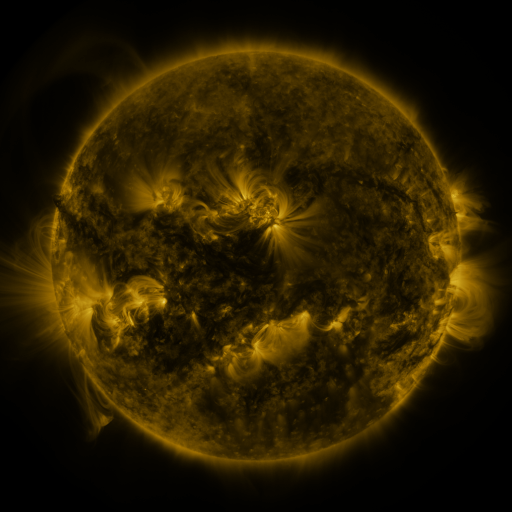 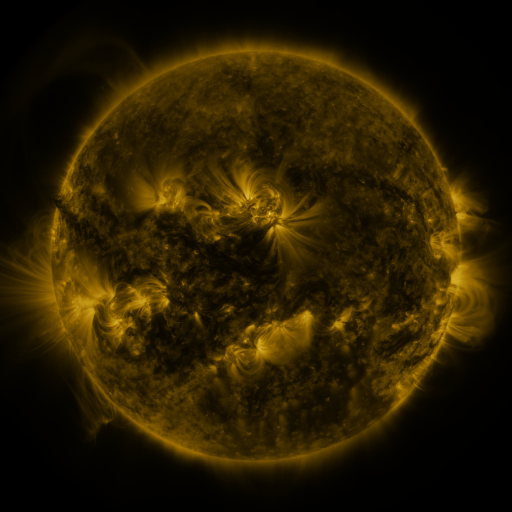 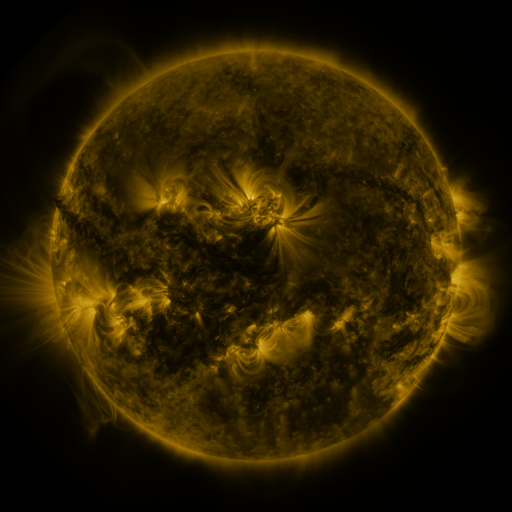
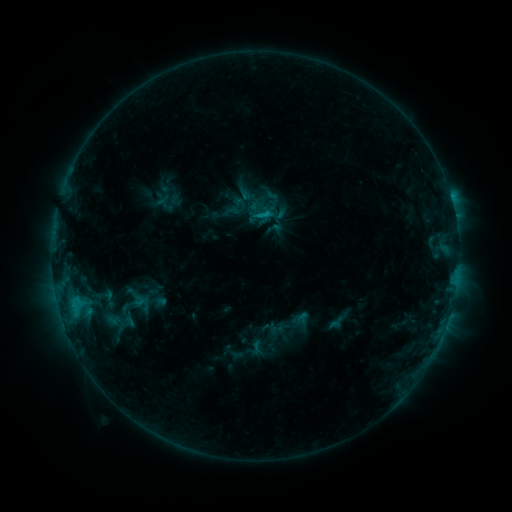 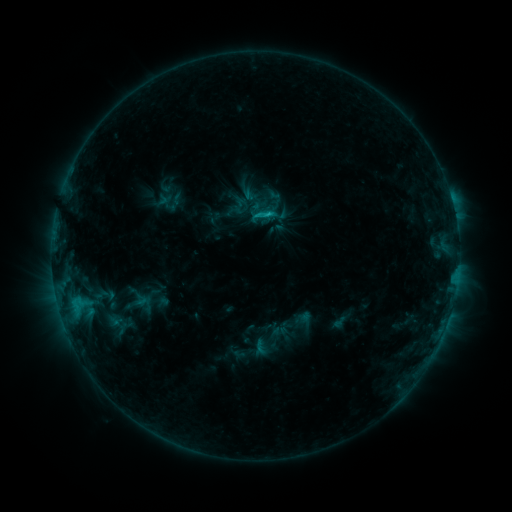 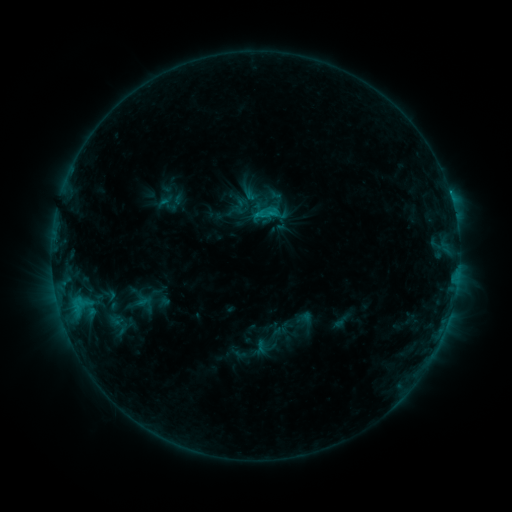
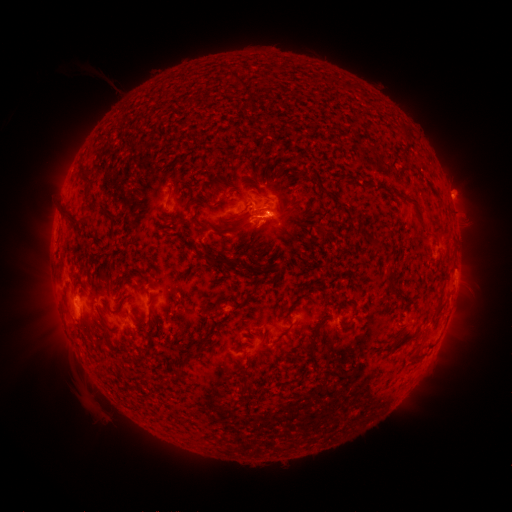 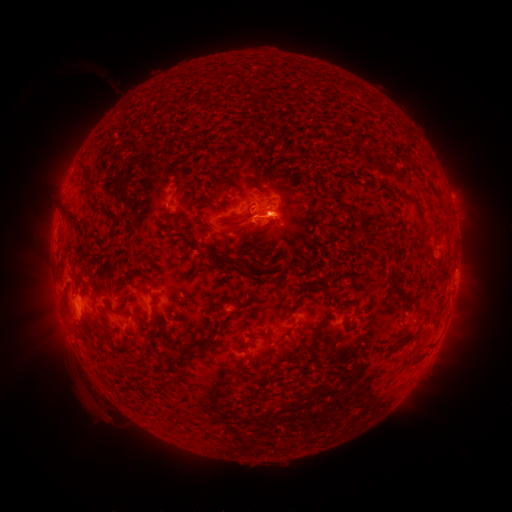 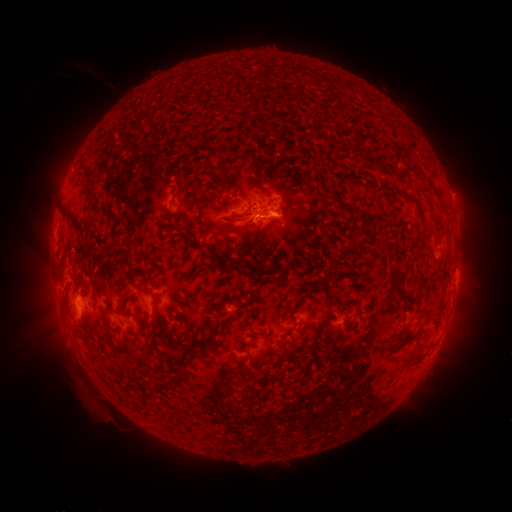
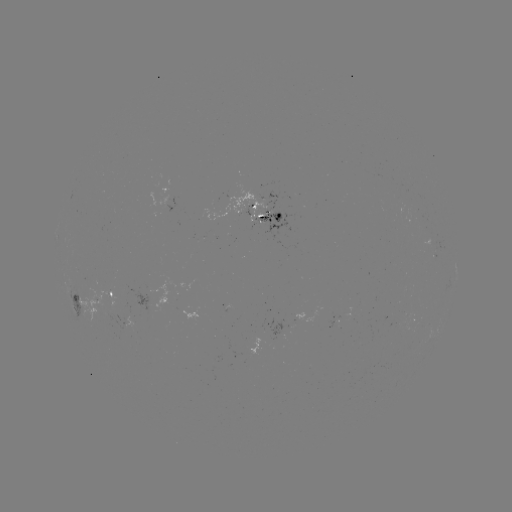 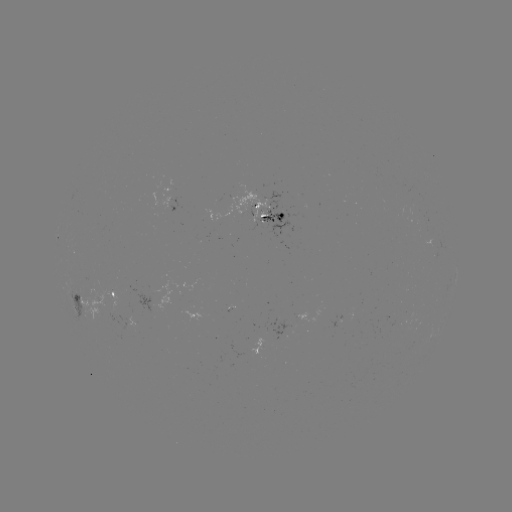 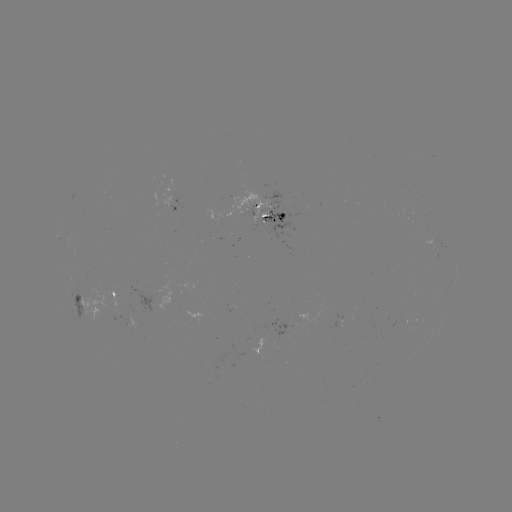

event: emerging-flux region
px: (344, 316)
